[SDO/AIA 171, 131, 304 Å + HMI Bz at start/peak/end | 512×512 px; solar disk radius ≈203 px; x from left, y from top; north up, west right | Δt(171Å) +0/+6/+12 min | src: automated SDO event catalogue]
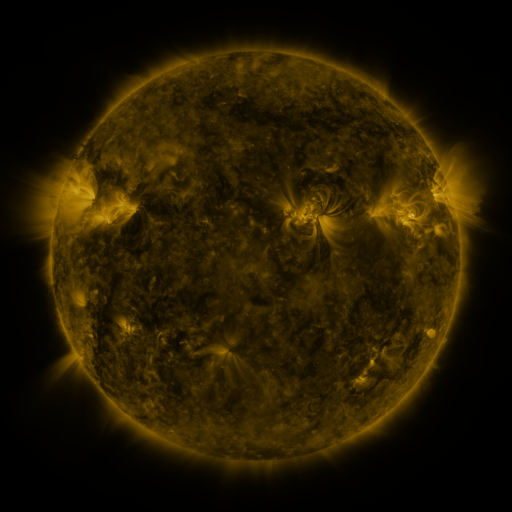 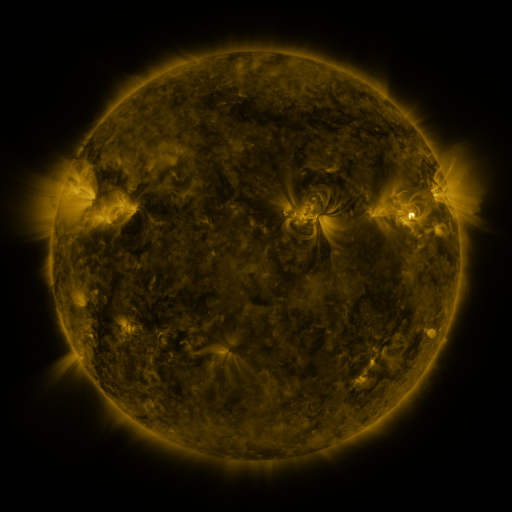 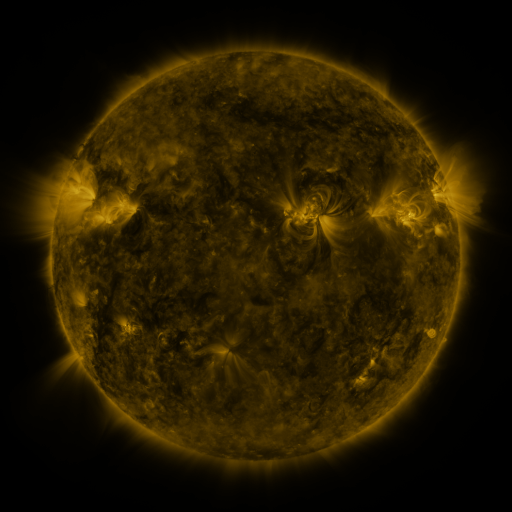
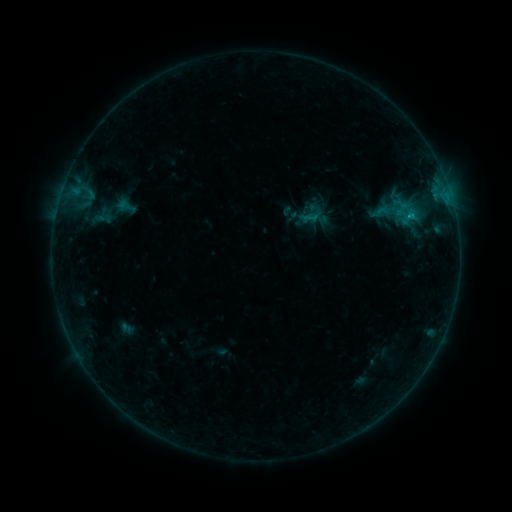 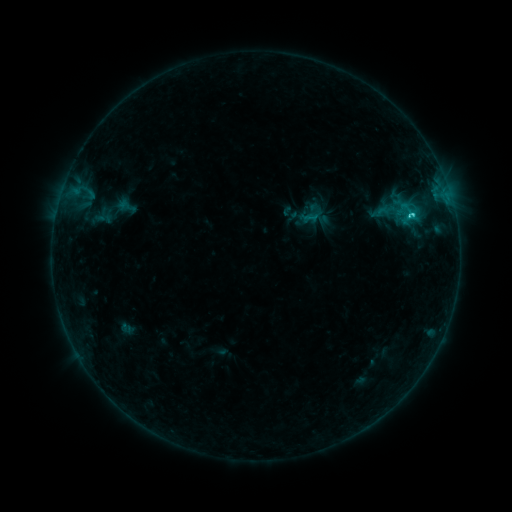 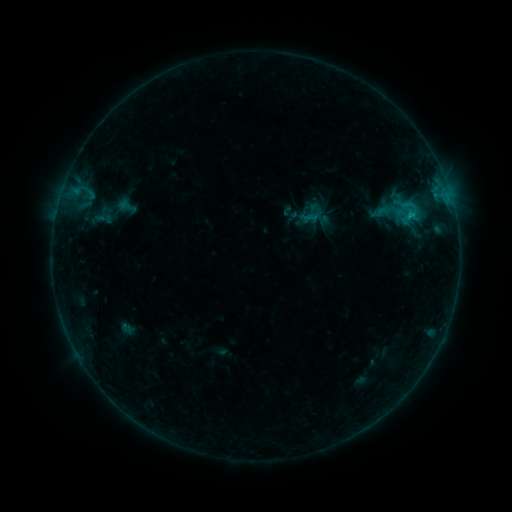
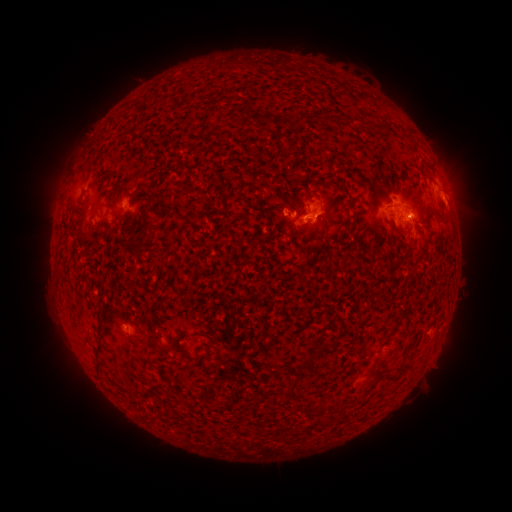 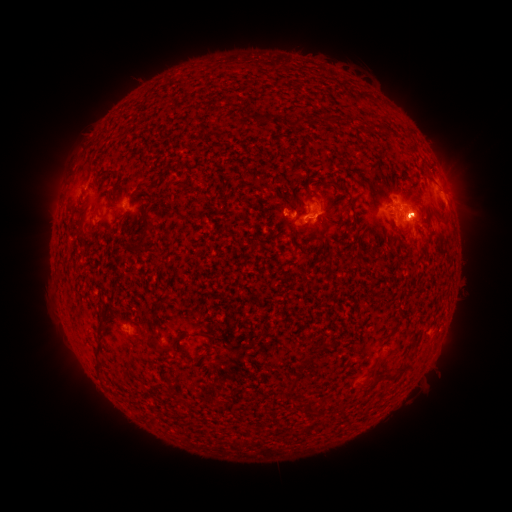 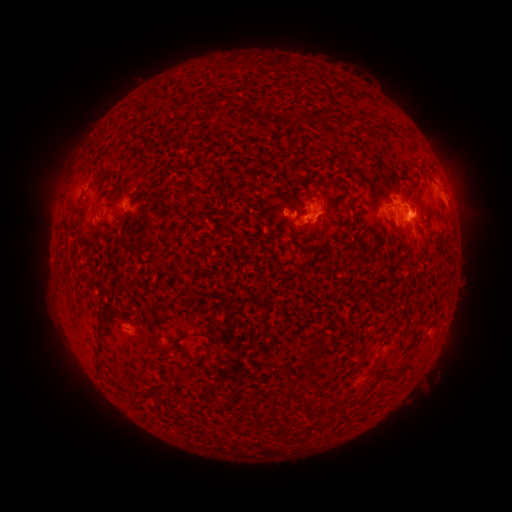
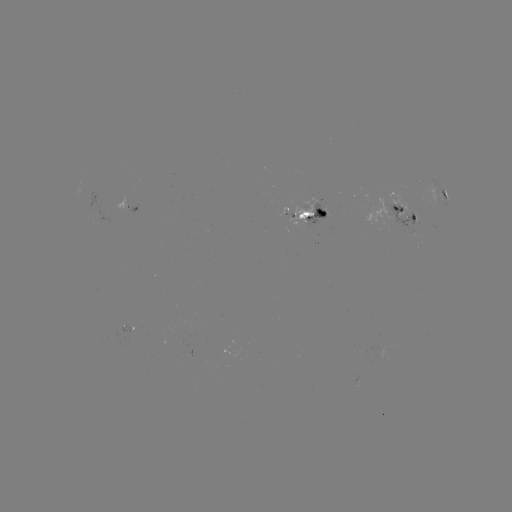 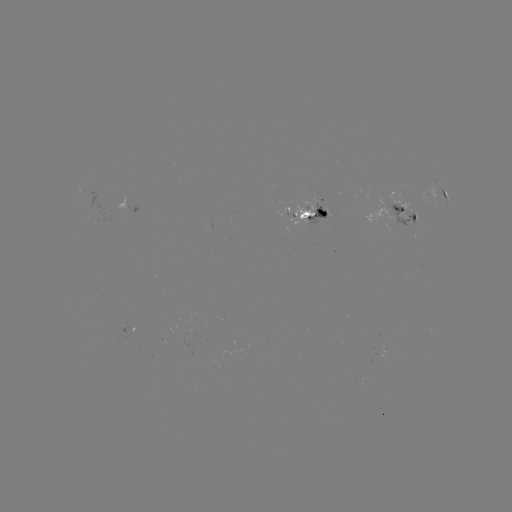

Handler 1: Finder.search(C1.7 flare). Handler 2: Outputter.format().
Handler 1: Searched C1.7 flare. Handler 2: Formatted (408, 216).